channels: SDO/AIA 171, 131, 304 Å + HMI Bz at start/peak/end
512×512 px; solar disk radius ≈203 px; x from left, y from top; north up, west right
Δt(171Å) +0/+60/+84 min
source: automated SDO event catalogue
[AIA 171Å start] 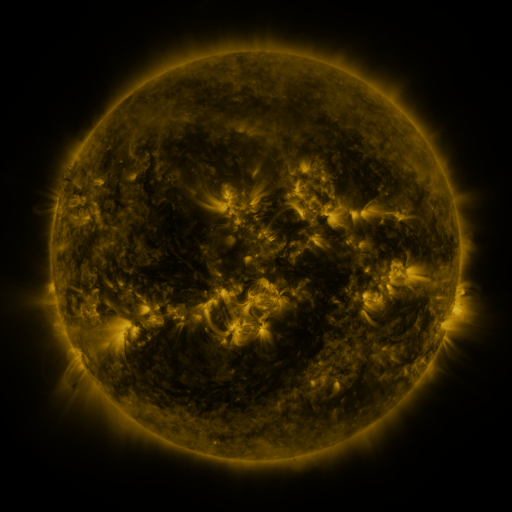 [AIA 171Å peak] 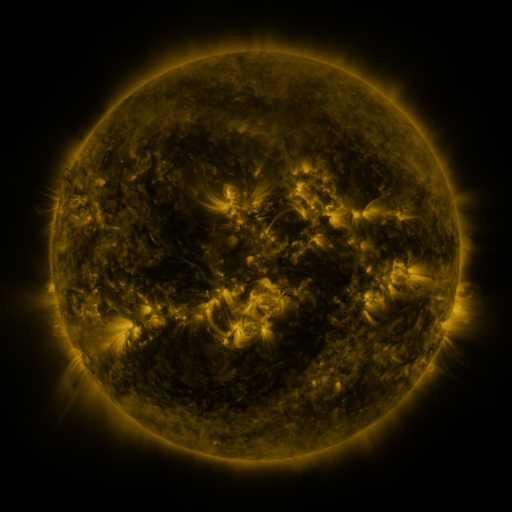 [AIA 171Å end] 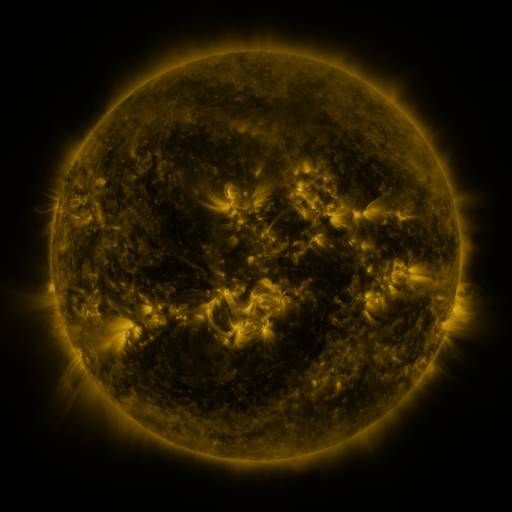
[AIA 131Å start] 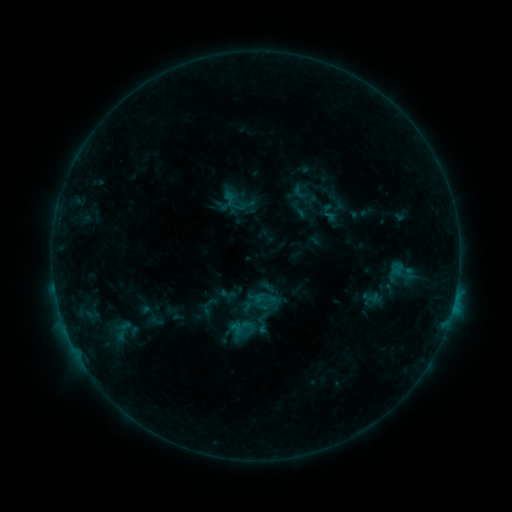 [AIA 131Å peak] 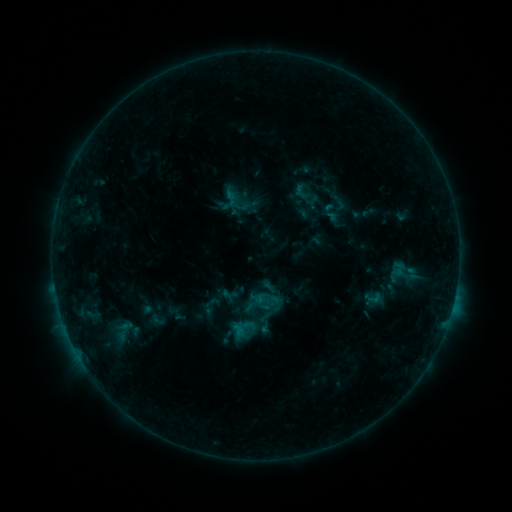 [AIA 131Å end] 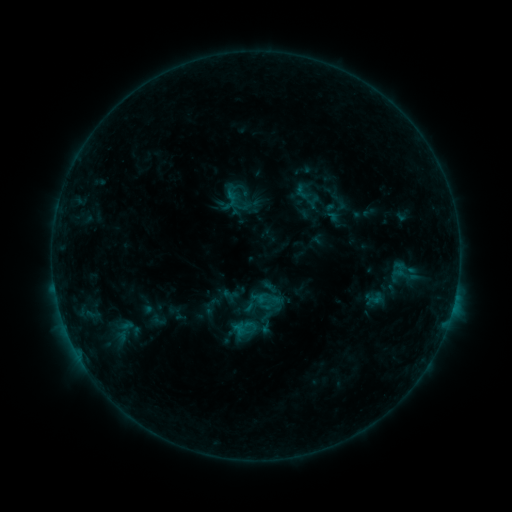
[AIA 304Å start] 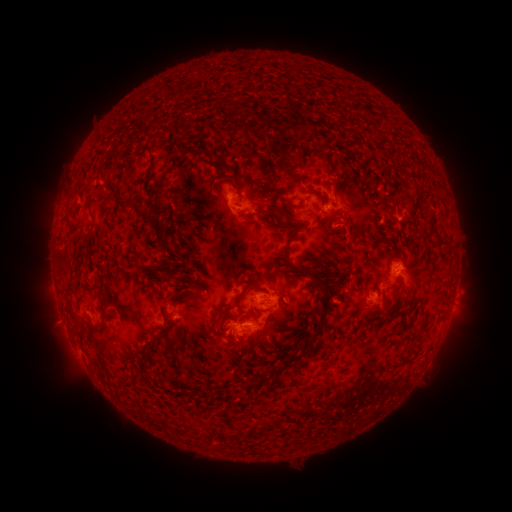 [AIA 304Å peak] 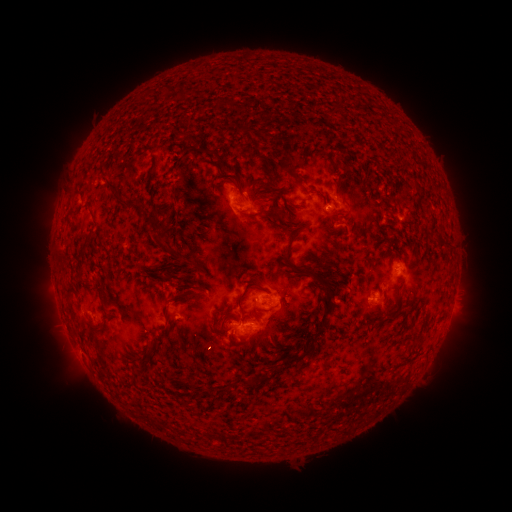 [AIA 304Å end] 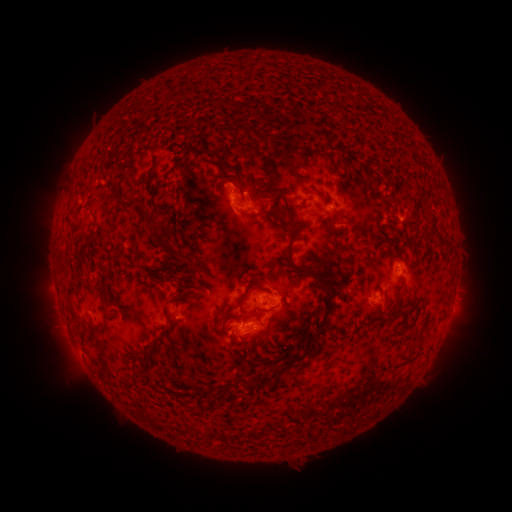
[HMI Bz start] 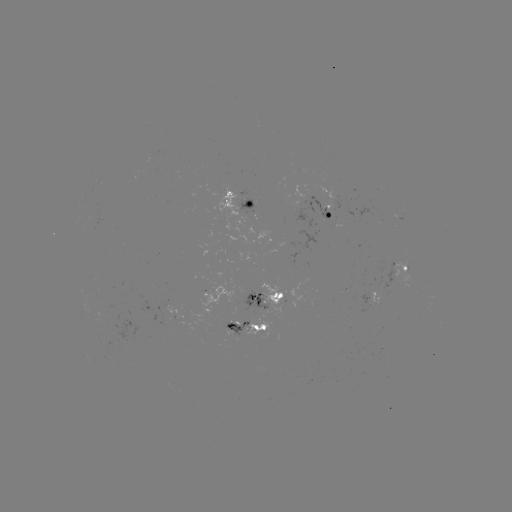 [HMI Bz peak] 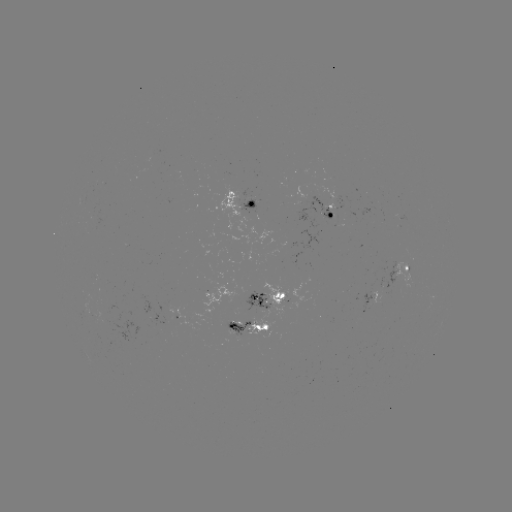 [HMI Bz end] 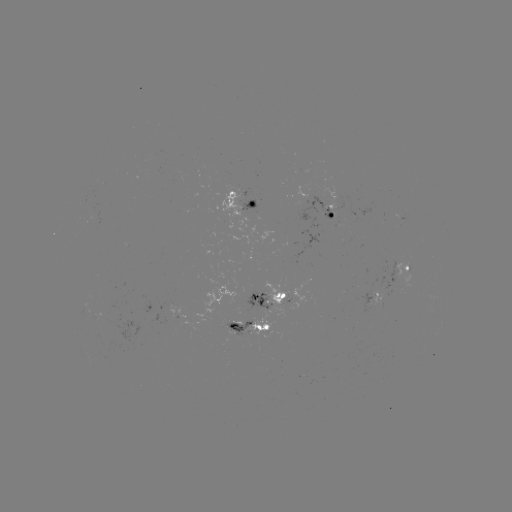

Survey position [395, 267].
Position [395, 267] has emerging-flux region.